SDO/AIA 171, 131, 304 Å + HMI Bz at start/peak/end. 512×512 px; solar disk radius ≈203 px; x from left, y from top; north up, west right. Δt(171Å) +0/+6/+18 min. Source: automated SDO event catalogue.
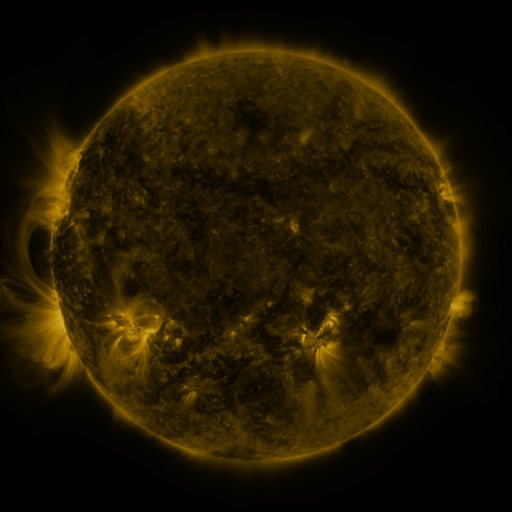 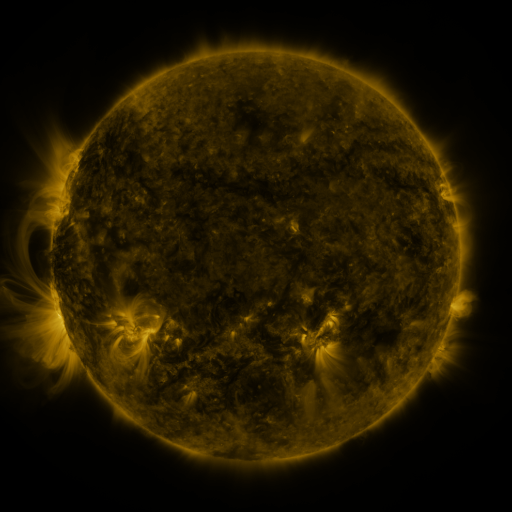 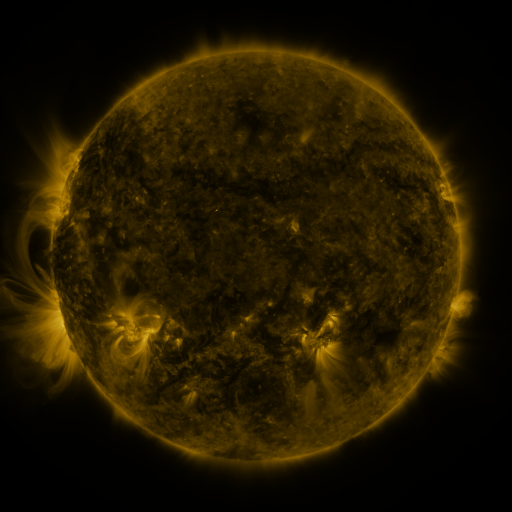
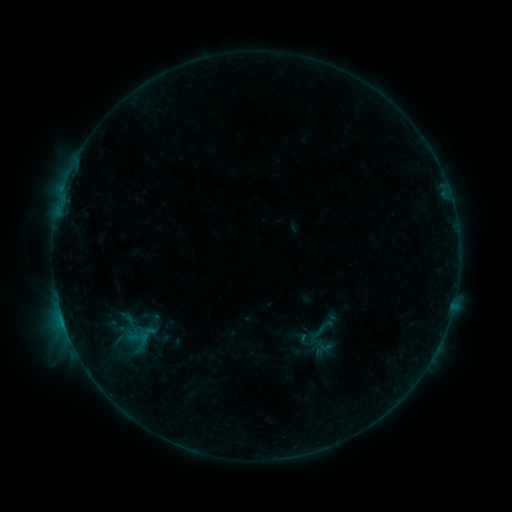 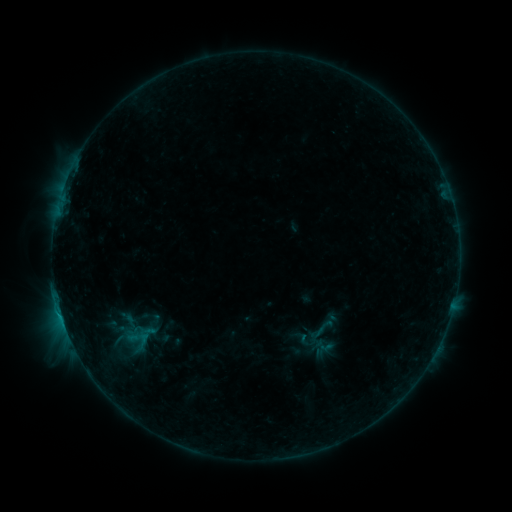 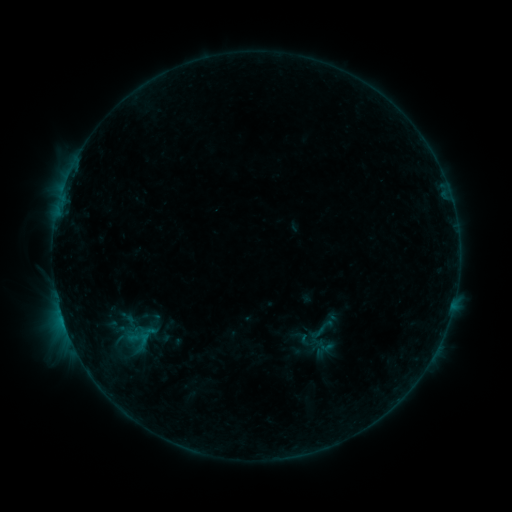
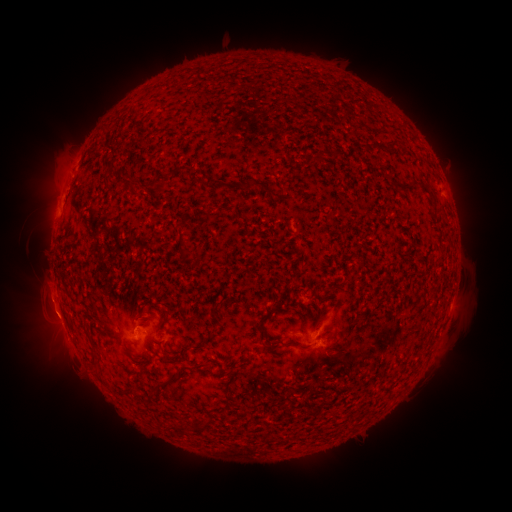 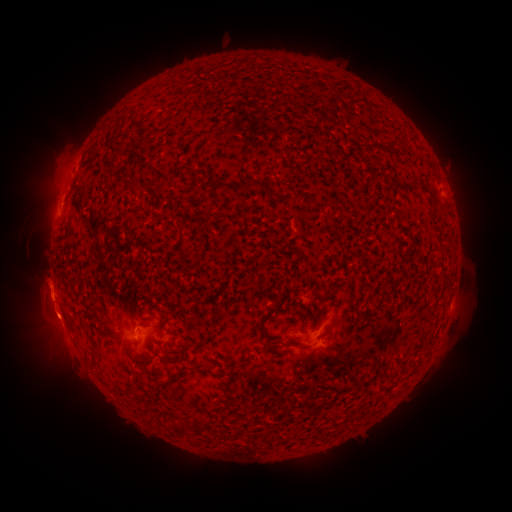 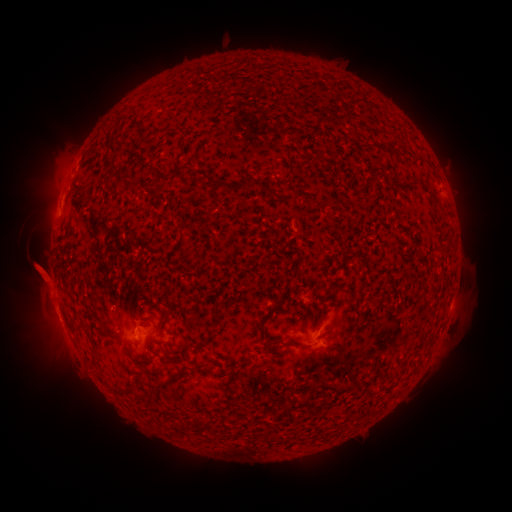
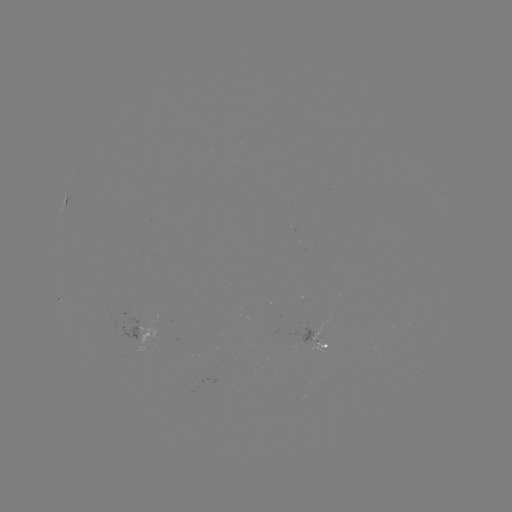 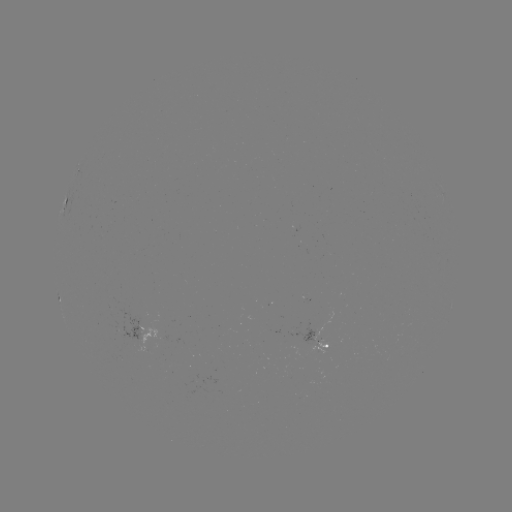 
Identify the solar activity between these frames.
eruption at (48, 301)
